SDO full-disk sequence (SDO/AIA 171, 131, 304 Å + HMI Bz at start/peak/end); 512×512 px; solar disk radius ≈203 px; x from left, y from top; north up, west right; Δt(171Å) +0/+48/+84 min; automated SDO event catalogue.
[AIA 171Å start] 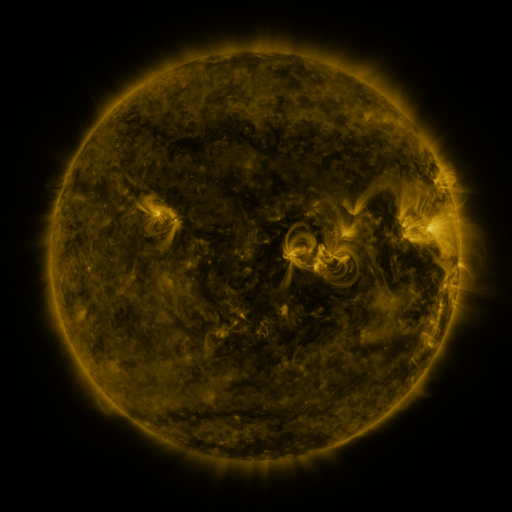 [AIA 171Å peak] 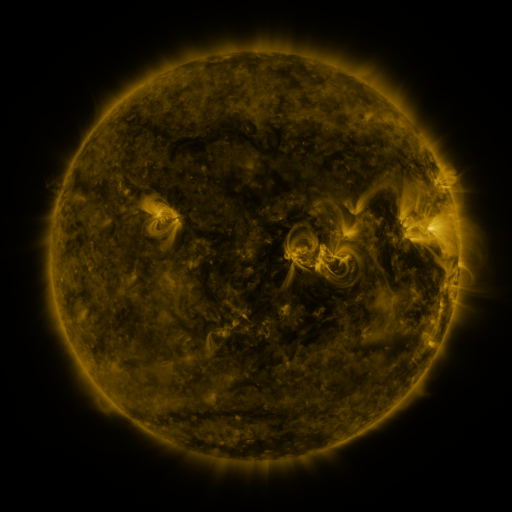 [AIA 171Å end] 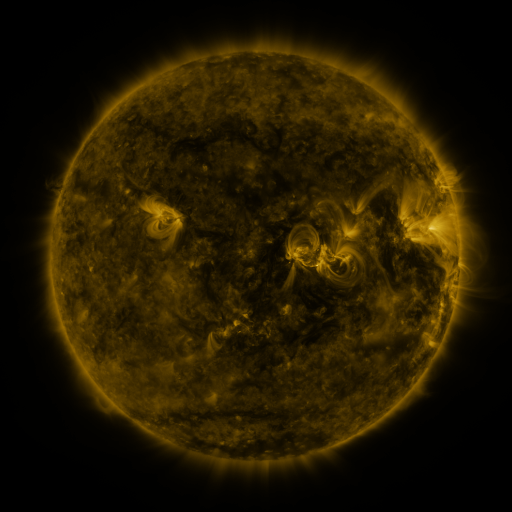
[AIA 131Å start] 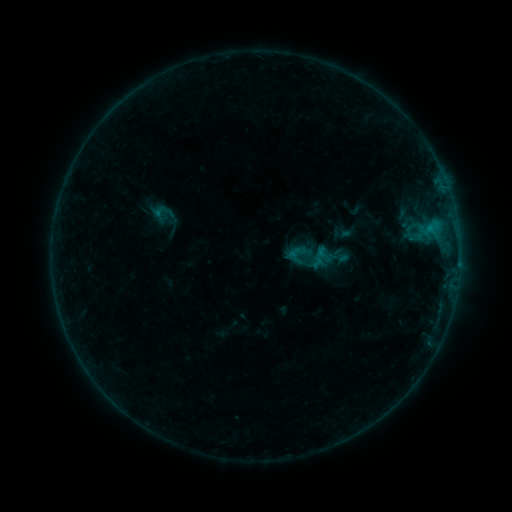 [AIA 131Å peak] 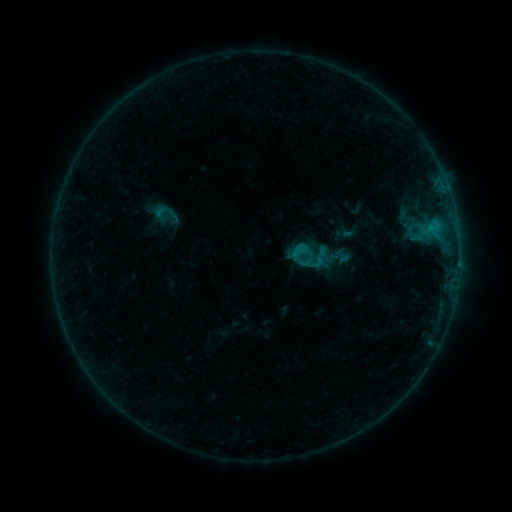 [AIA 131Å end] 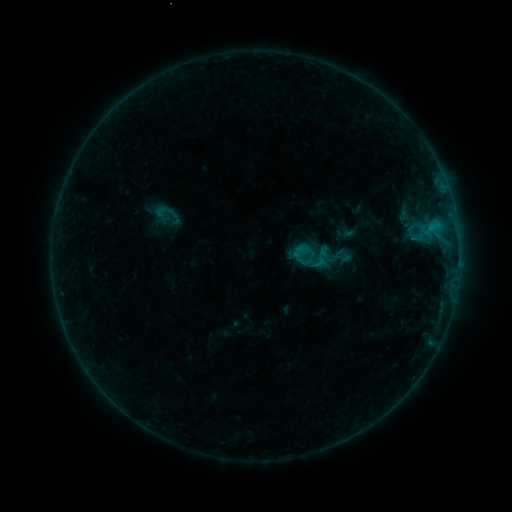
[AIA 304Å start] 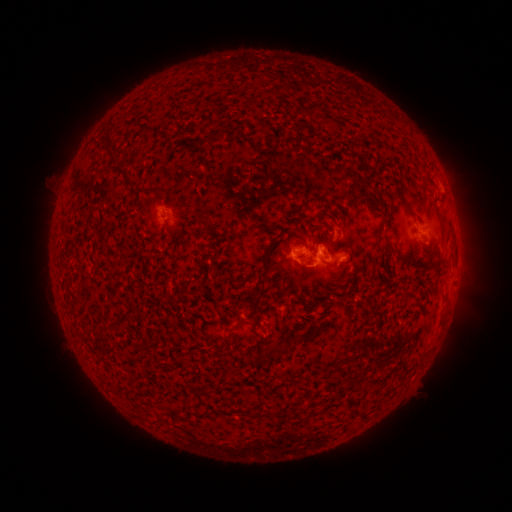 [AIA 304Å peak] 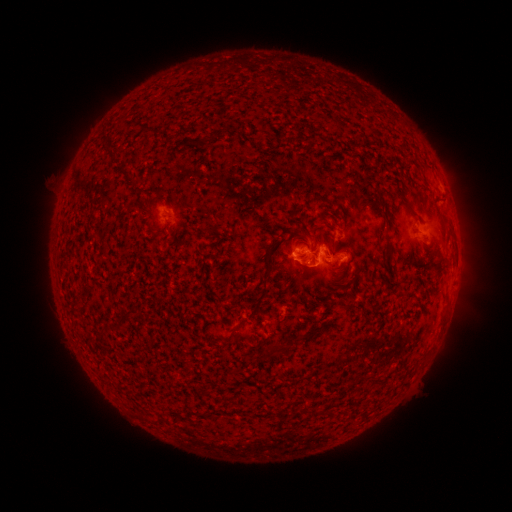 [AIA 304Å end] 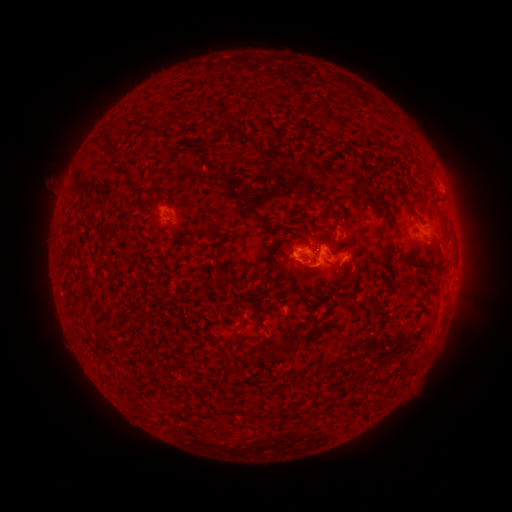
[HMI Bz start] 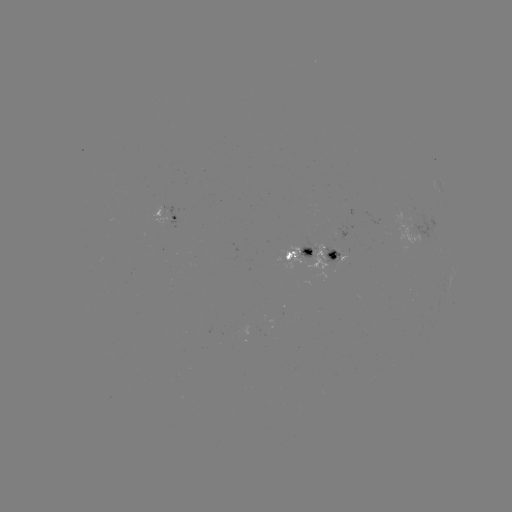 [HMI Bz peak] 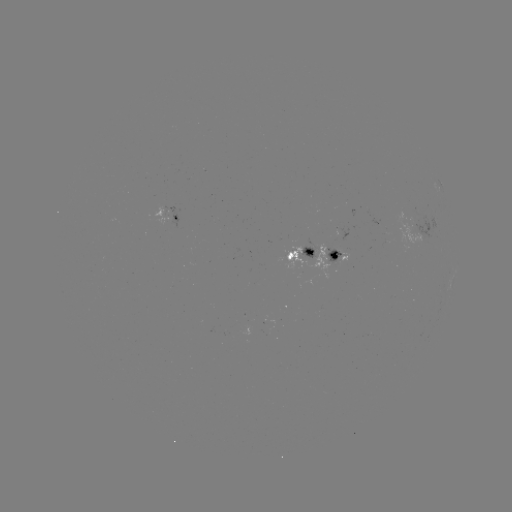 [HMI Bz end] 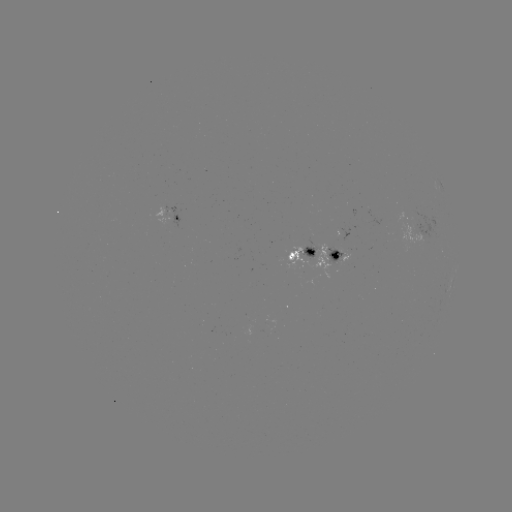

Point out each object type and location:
B6.3 flare: (298, 247)
